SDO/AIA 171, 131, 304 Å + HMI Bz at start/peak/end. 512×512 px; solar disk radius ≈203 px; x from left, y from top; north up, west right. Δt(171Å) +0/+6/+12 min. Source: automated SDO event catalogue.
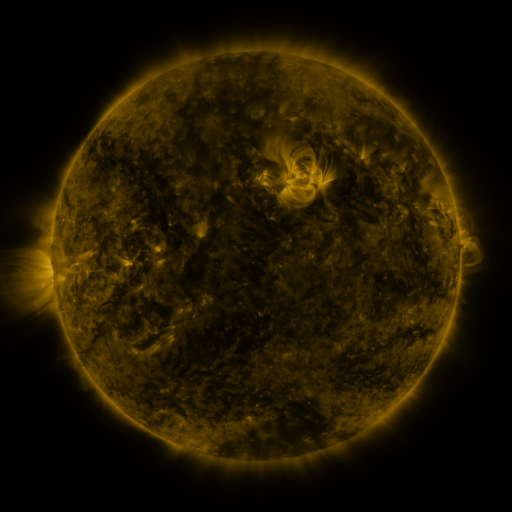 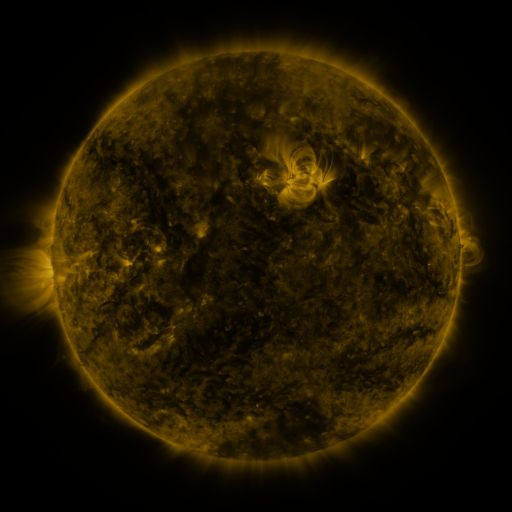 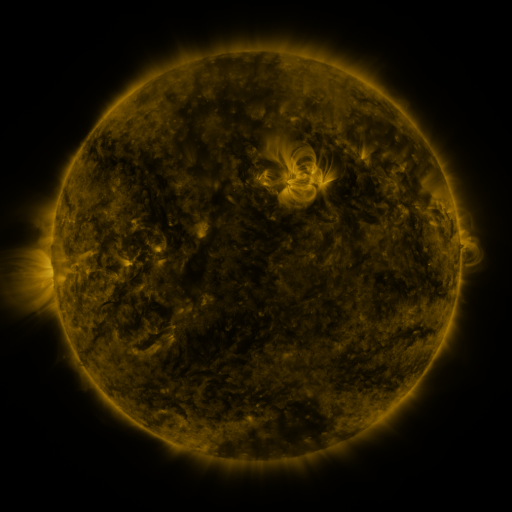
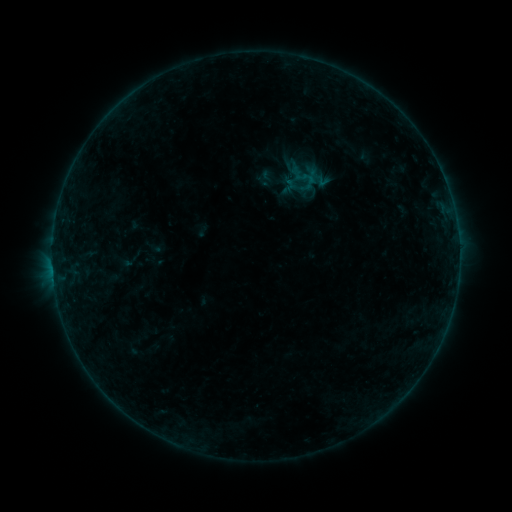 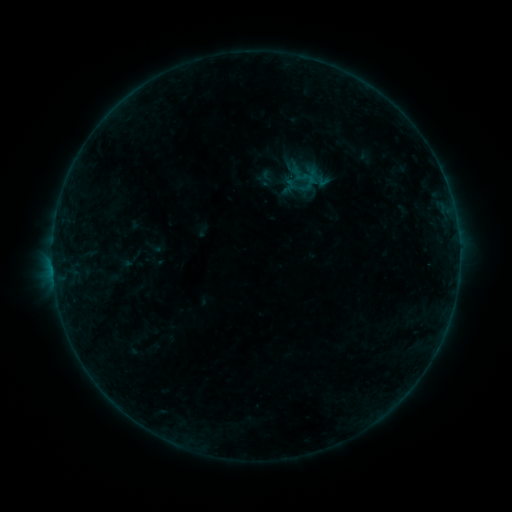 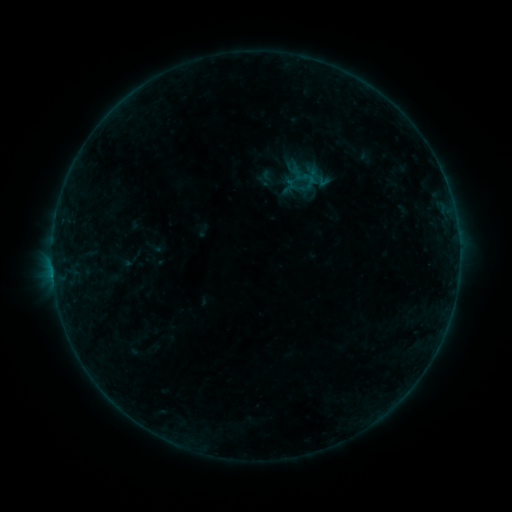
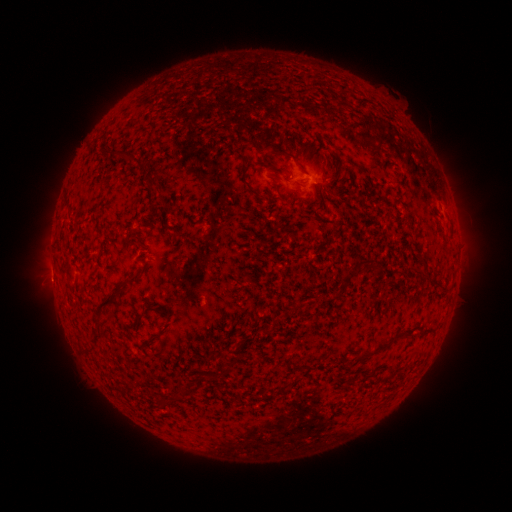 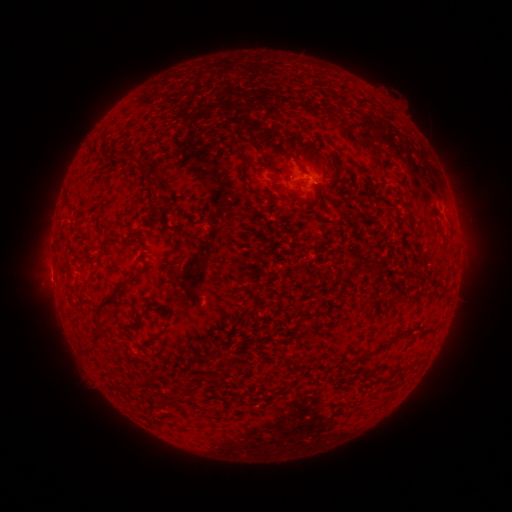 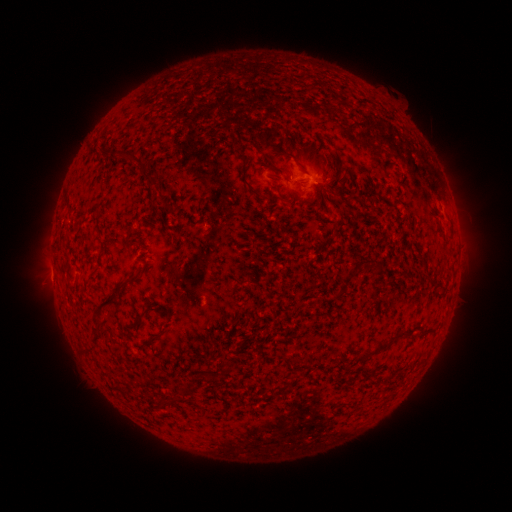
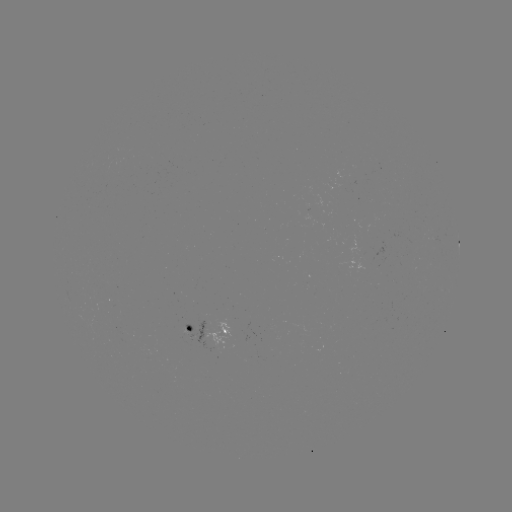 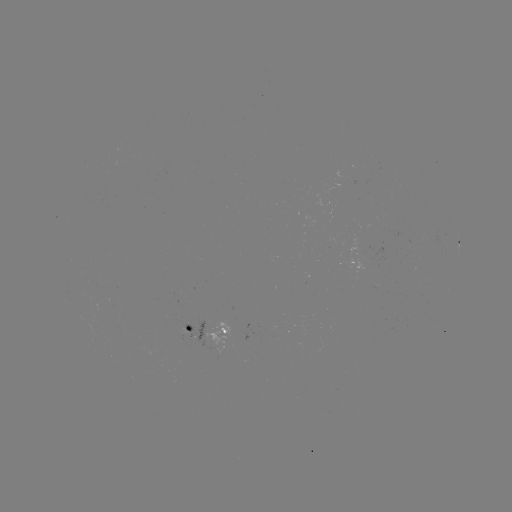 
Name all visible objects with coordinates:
B2.8 flare: (53, 273)
